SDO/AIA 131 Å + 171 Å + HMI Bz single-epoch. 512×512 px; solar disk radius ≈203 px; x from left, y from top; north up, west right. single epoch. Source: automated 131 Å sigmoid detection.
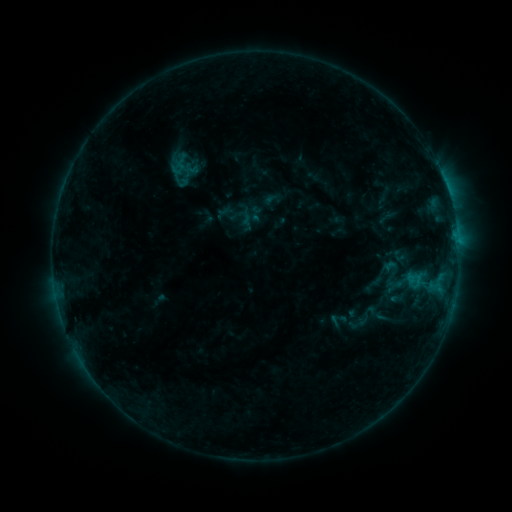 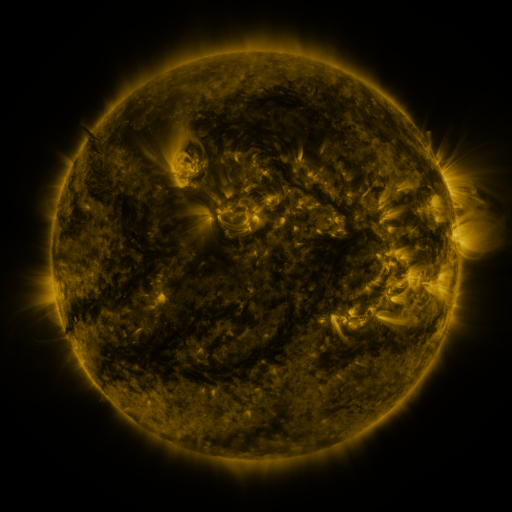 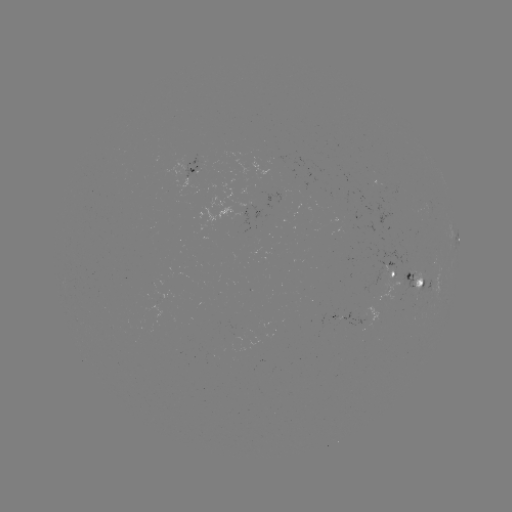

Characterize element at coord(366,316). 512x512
sigmoid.